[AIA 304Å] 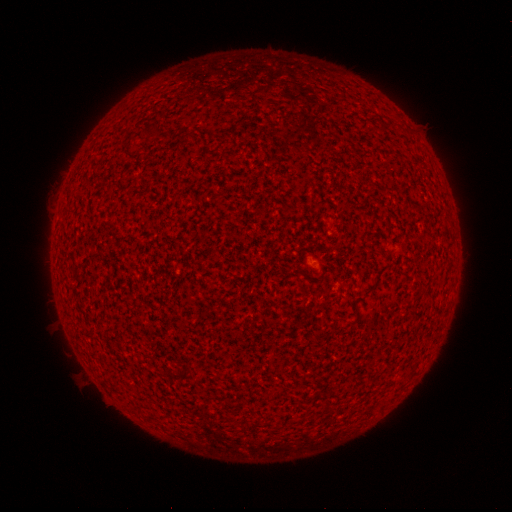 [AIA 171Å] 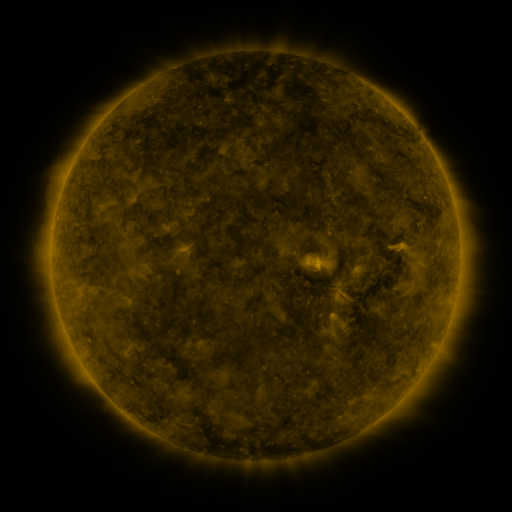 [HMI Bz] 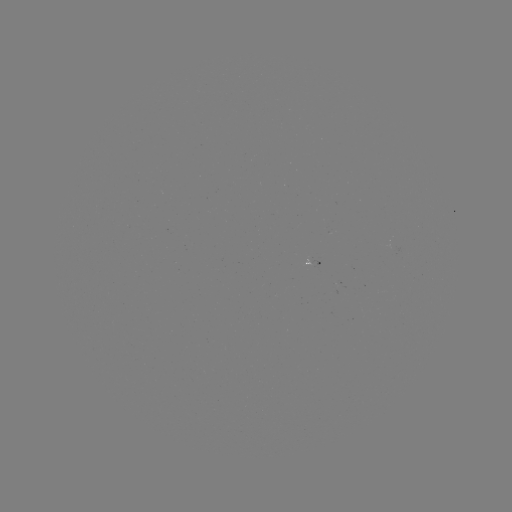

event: spotted active region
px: (315, 261)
